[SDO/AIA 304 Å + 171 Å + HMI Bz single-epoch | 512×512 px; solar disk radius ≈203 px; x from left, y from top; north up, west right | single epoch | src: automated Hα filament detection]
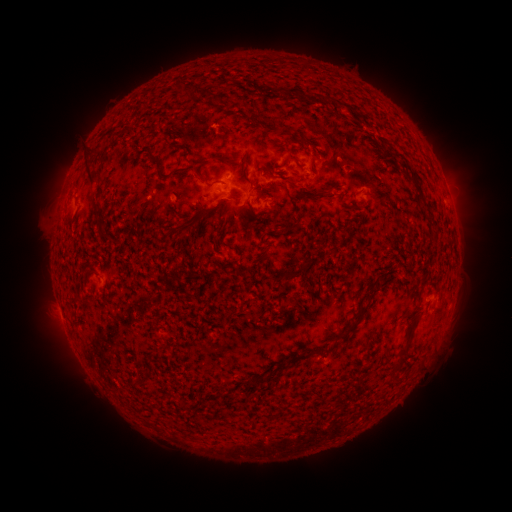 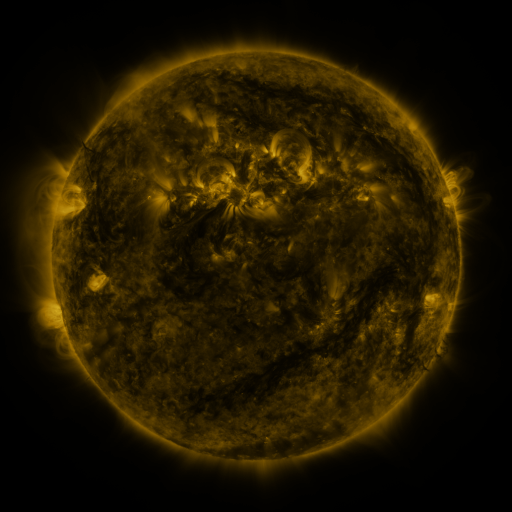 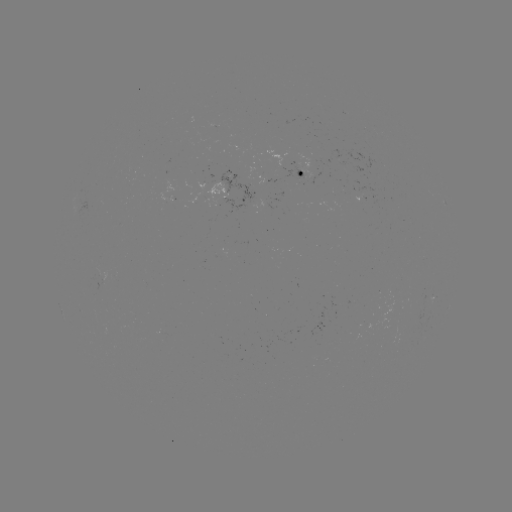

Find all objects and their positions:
filament: (292, 159)
filament: (90, 172)
filament: (324, 194)
filament: (189, 225)
filament: (287, 275)
filament: (351, 328)
filament: (403, 351)
filament: (298, 359)
